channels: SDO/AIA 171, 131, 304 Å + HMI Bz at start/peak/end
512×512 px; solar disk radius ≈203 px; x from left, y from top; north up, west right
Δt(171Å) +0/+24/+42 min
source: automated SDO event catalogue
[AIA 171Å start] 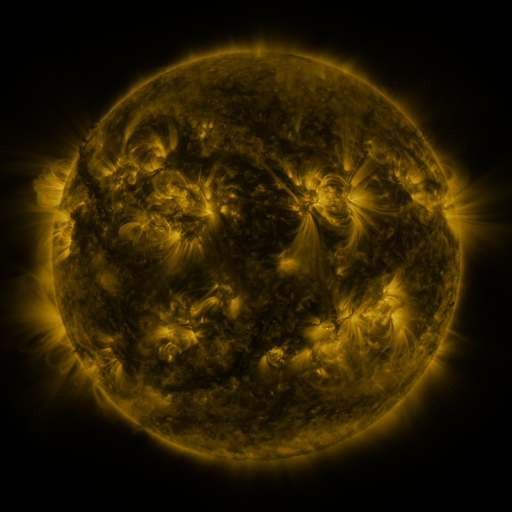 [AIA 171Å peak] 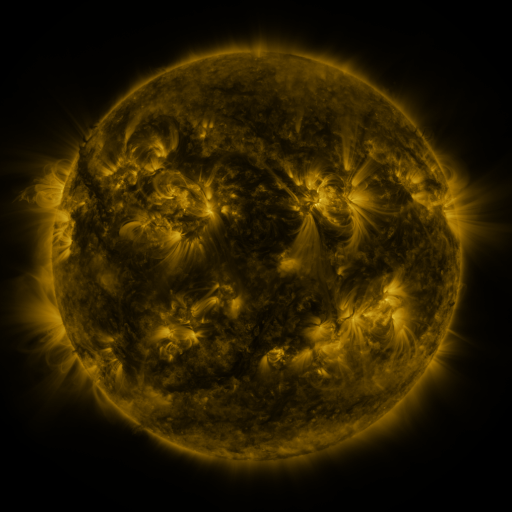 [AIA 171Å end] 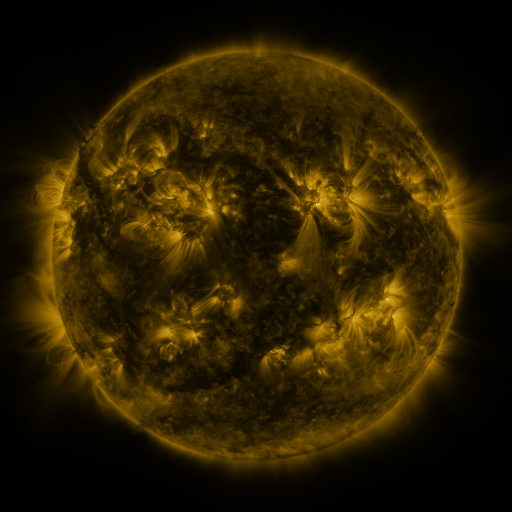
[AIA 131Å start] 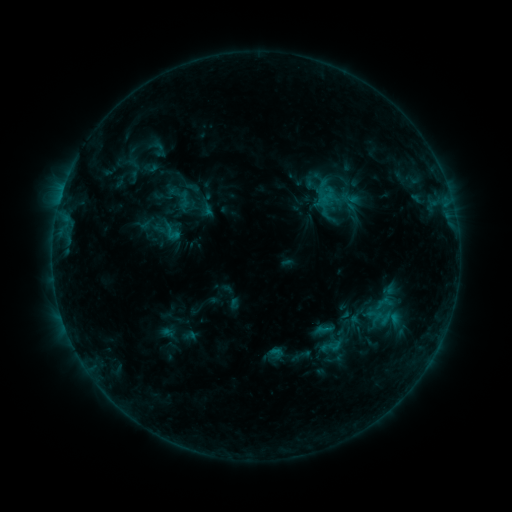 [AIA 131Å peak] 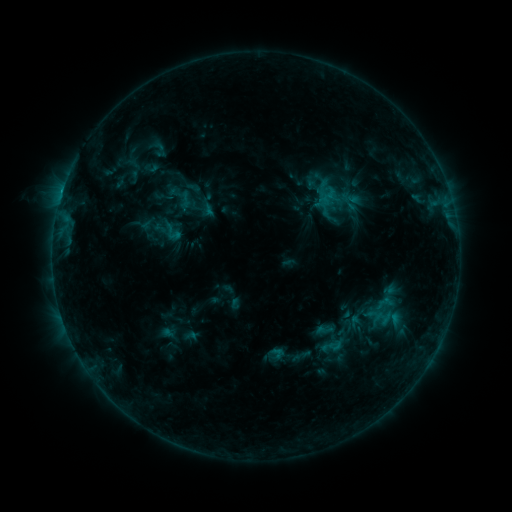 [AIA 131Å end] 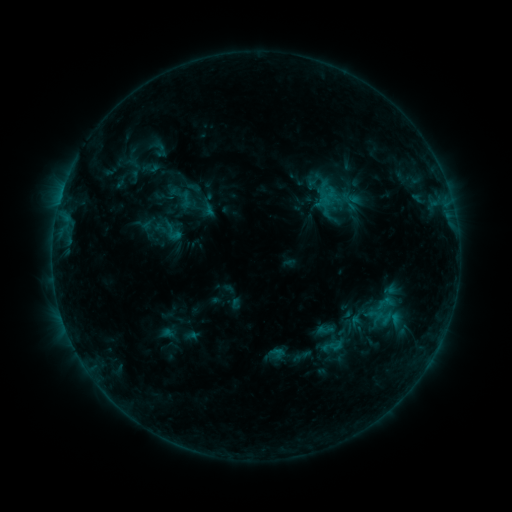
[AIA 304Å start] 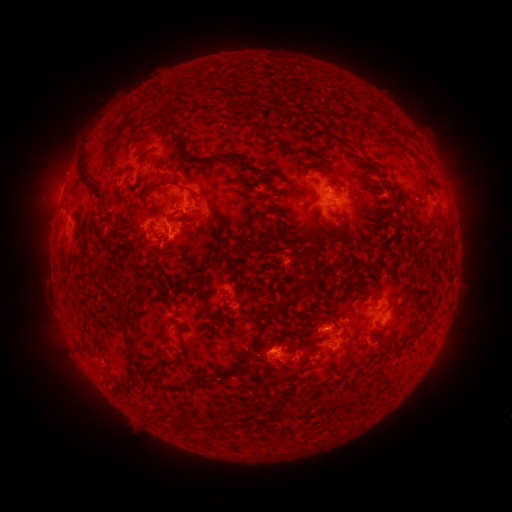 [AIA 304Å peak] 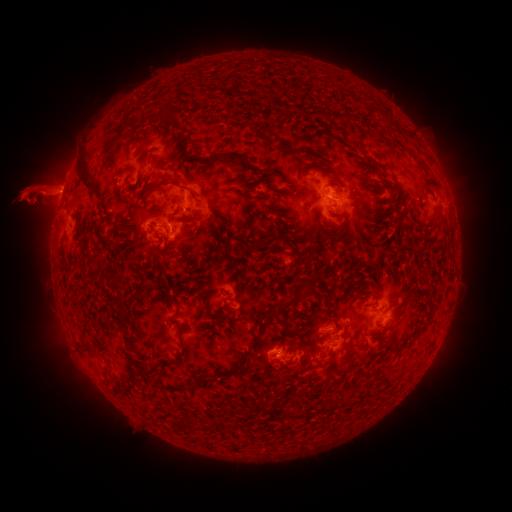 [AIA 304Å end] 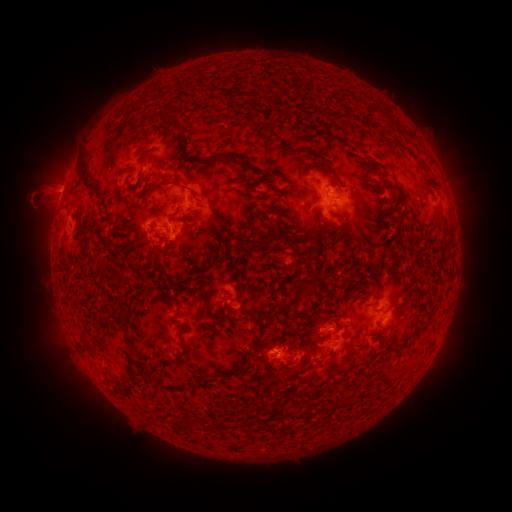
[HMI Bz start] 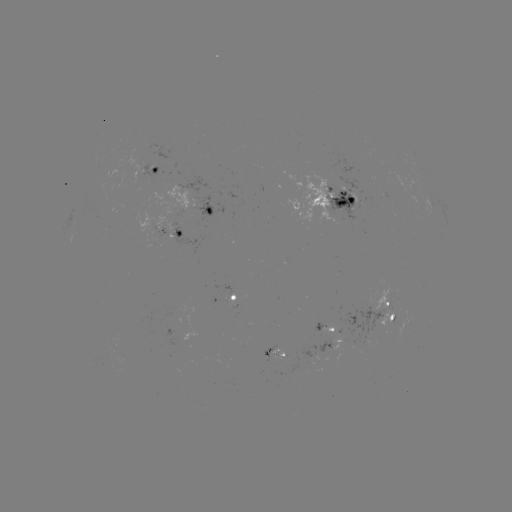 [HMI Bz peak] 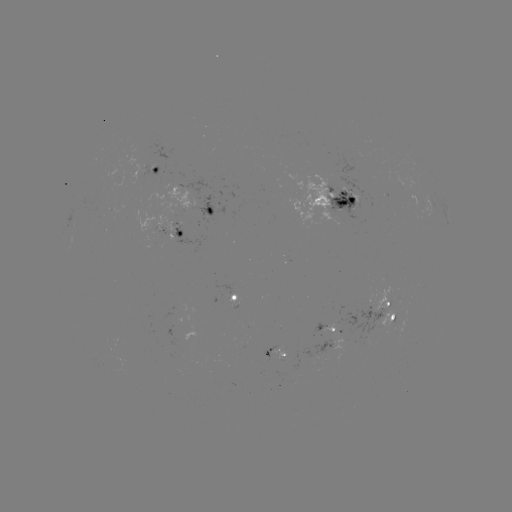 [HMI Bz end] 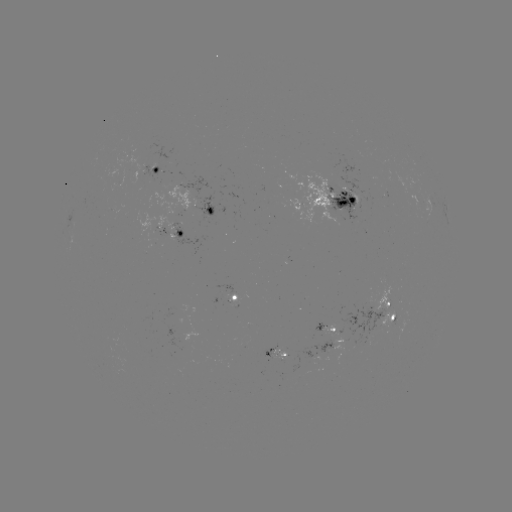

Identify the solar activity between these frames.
eruption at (35, 192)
